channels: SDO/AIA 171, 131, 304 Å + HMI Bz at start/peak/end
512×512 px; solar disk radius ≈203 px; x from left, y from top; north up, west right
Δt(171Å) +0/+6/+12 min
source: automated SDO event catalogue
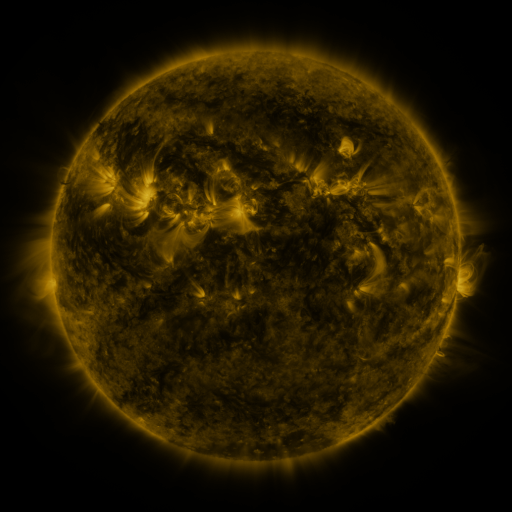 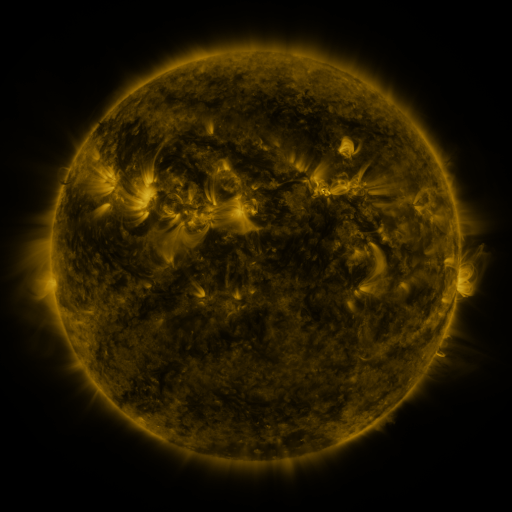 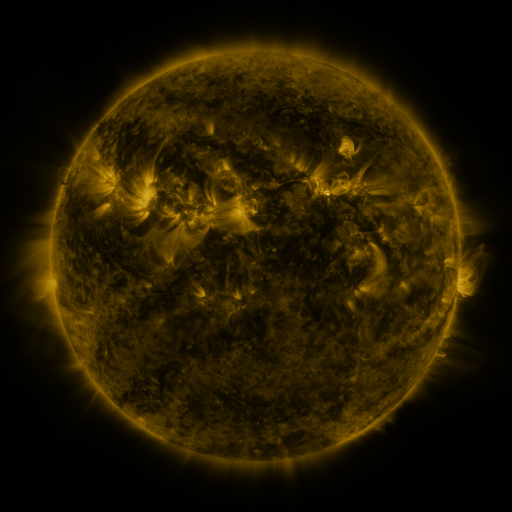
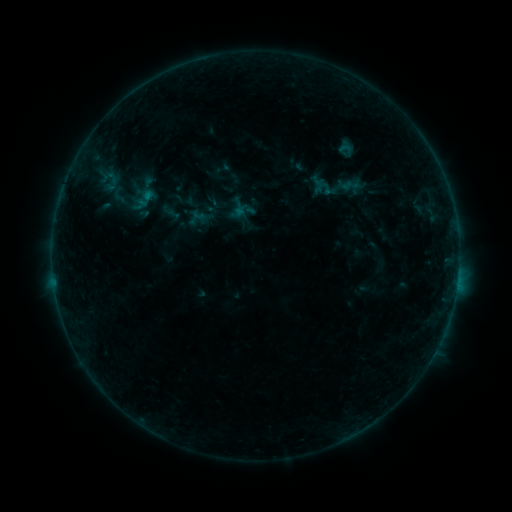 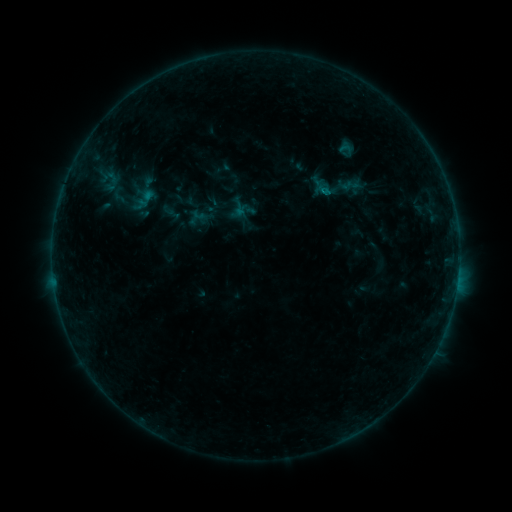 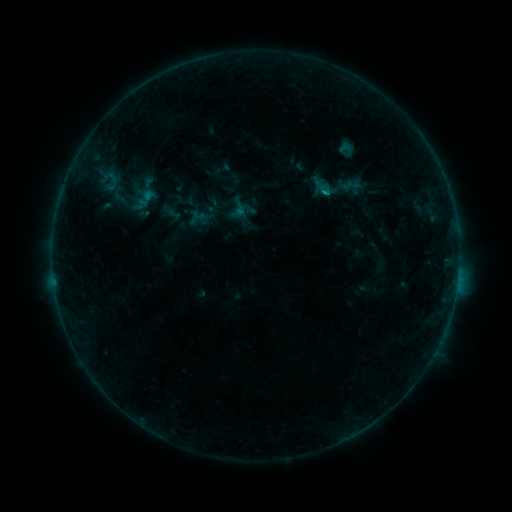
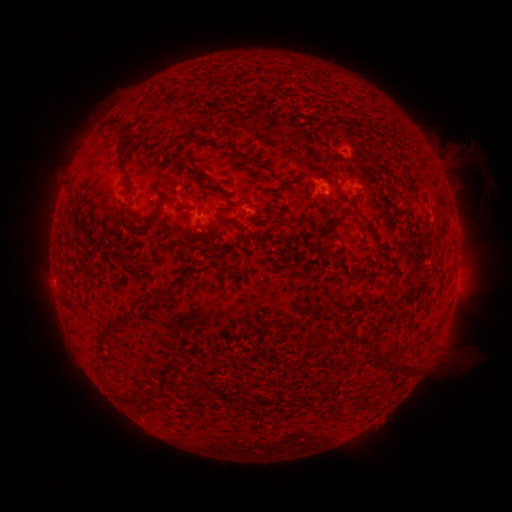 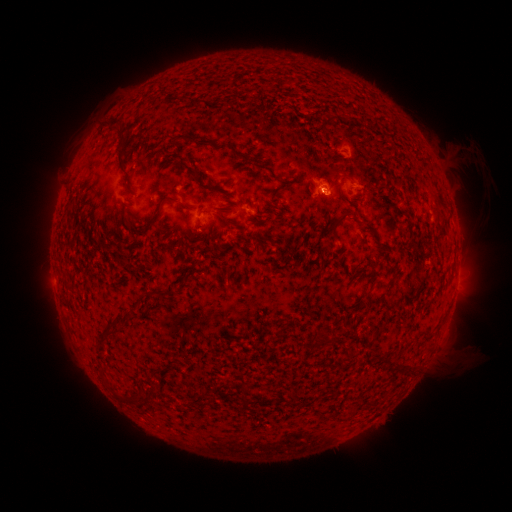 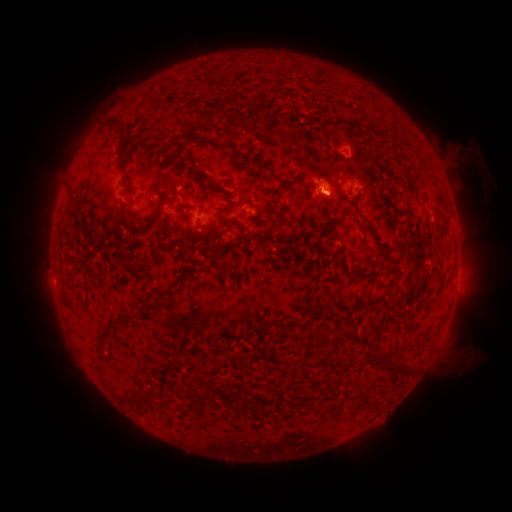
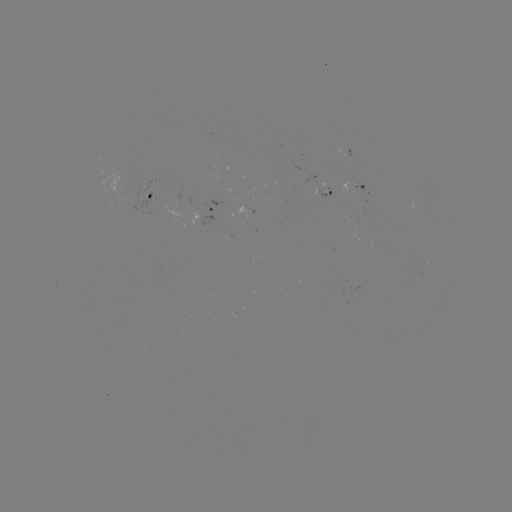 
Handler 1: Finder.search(B5.1 flare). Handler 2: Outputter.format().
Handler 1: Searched B5.1 flare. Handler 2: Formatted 321,193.